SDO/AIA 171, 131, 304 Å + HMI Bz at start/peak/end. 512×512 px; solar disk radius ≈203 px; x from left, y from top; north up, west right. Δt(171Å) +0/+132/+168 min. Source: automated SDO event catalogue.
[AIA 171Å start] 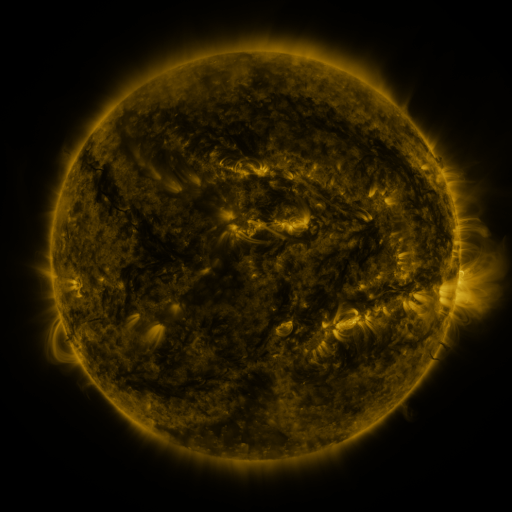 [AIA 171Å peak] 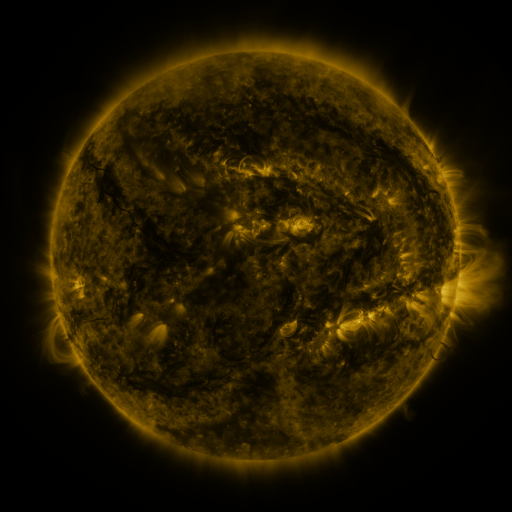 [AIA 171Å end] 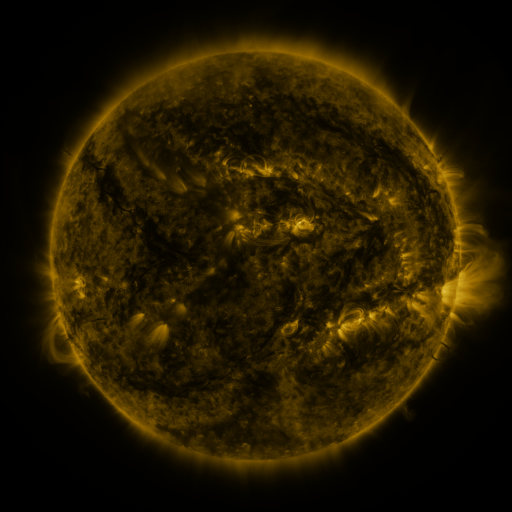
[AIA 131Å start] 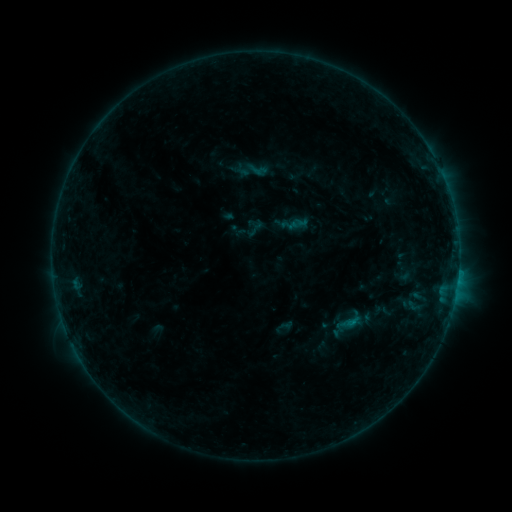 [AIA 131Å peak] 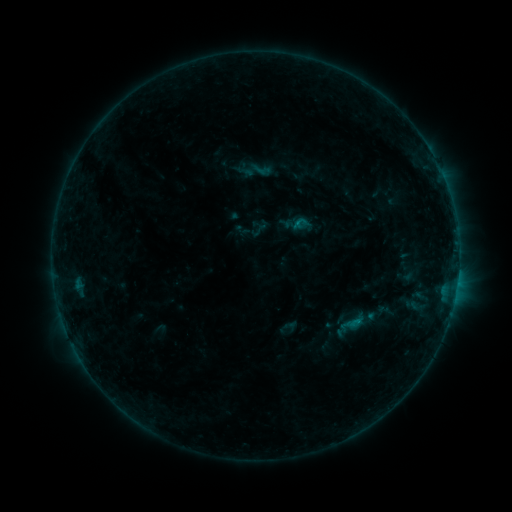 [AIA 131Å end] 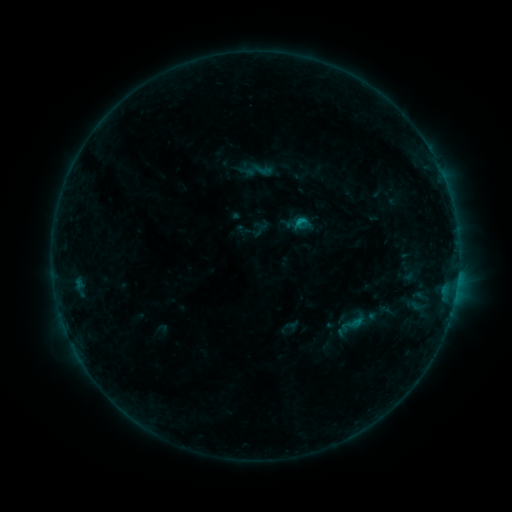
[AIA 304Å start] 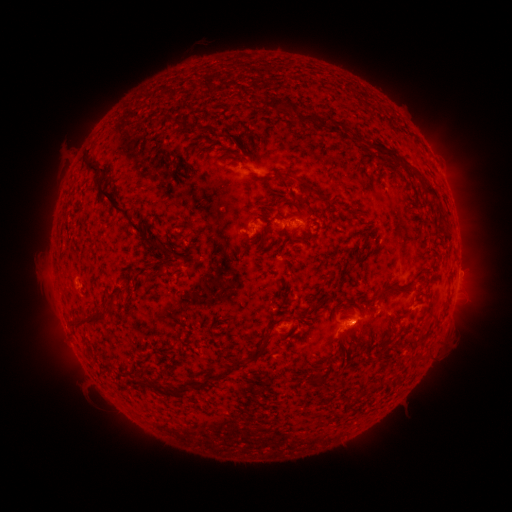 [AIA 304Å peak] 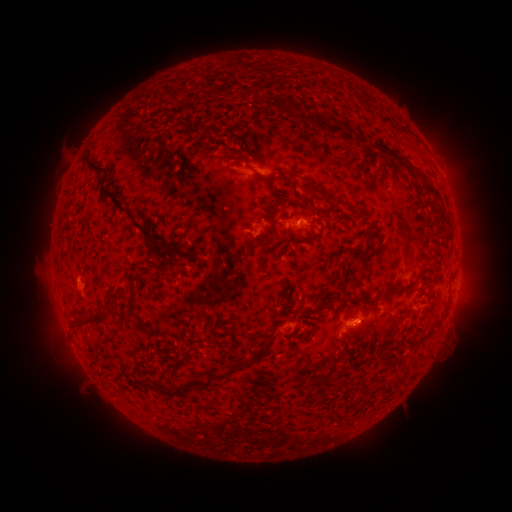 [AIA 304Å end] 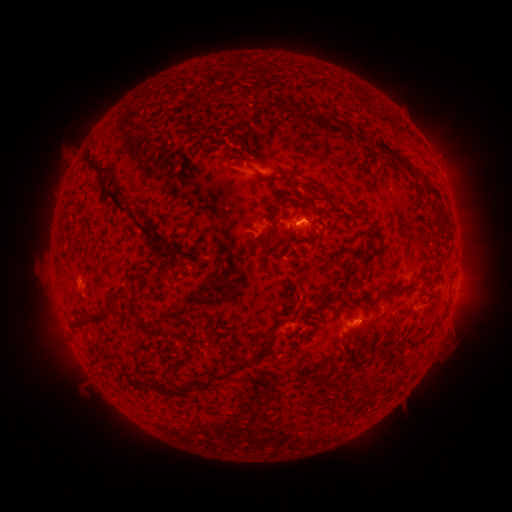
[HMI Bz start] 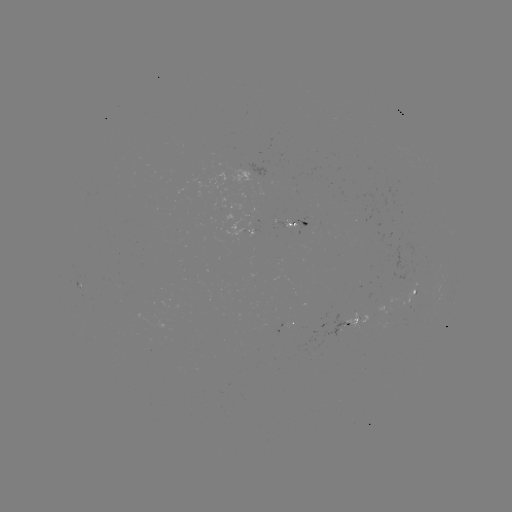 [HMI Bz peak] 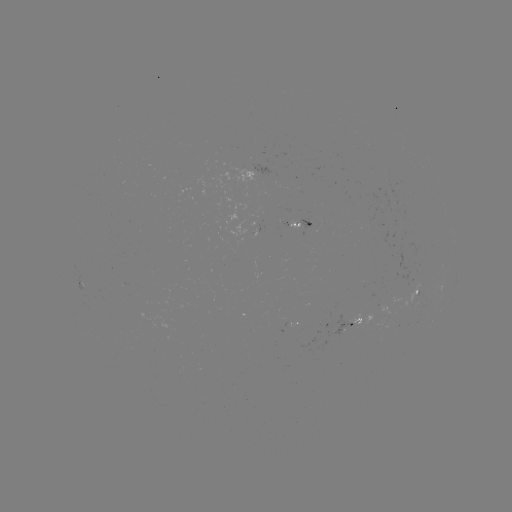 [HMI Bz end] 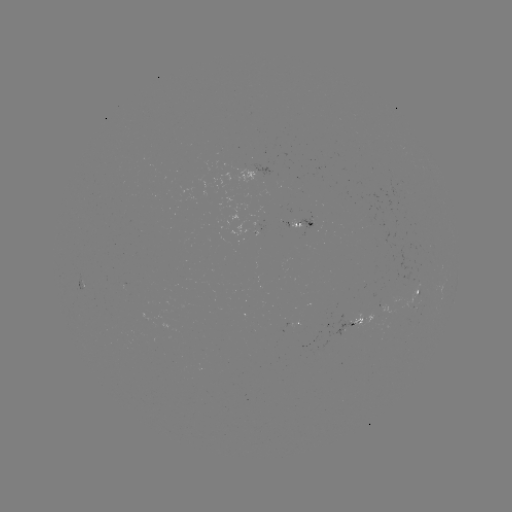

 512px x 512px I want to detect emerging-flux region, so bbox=[305, 212, 316, 219].